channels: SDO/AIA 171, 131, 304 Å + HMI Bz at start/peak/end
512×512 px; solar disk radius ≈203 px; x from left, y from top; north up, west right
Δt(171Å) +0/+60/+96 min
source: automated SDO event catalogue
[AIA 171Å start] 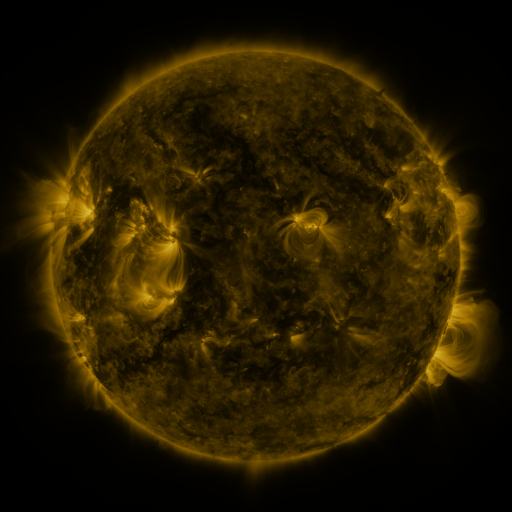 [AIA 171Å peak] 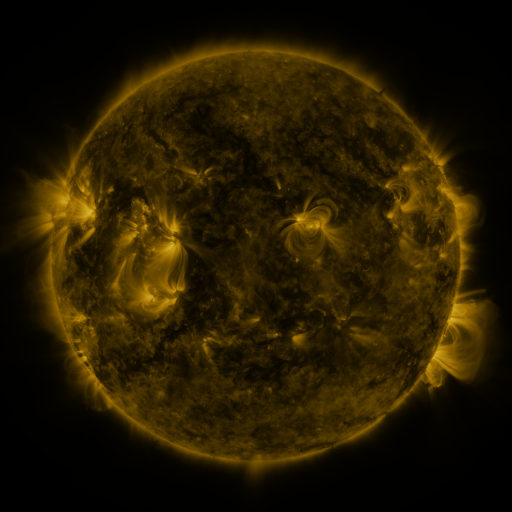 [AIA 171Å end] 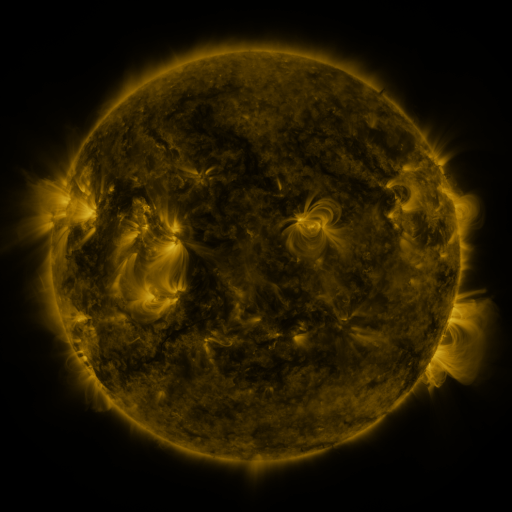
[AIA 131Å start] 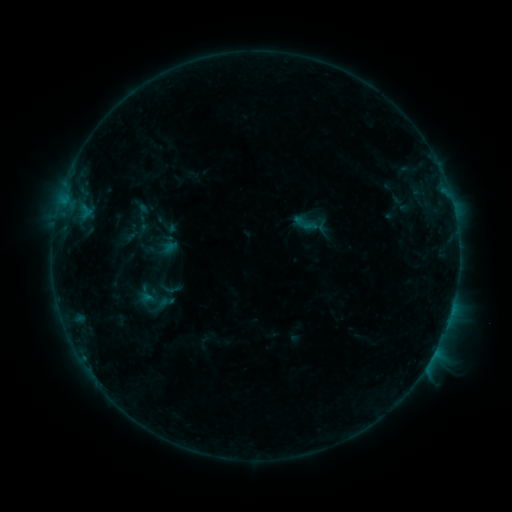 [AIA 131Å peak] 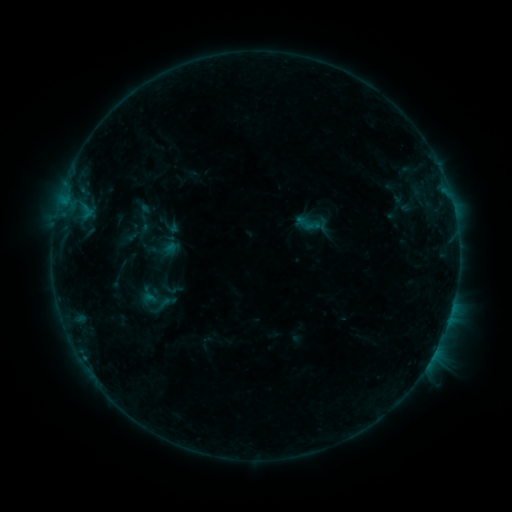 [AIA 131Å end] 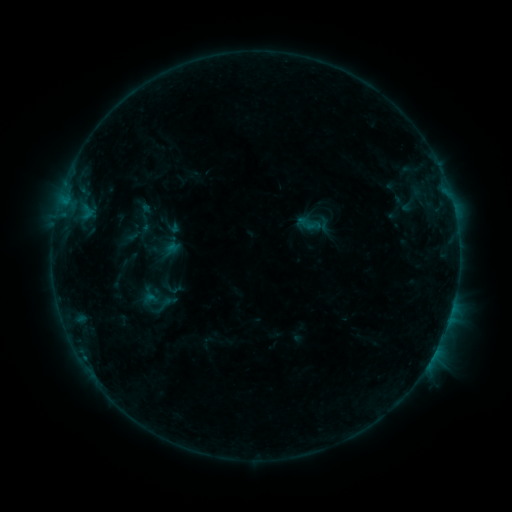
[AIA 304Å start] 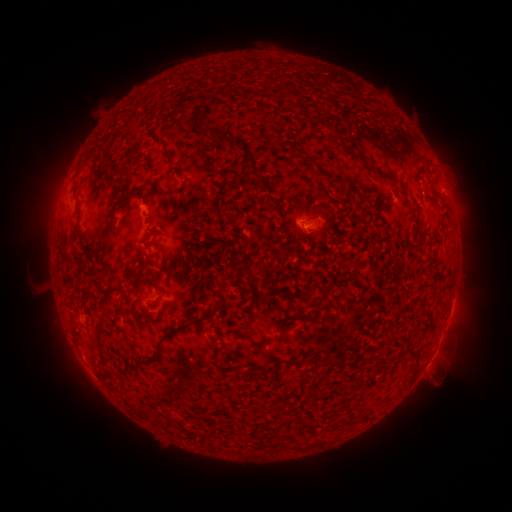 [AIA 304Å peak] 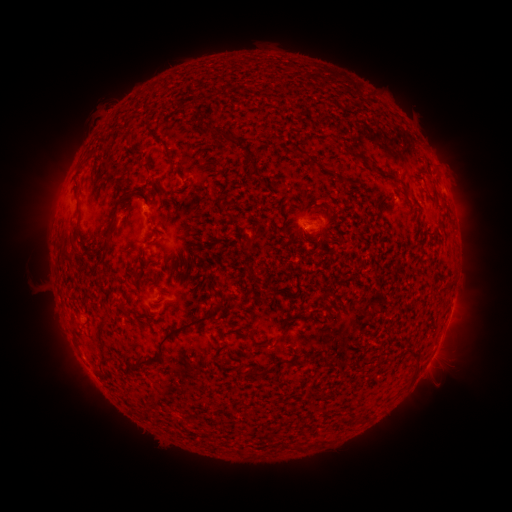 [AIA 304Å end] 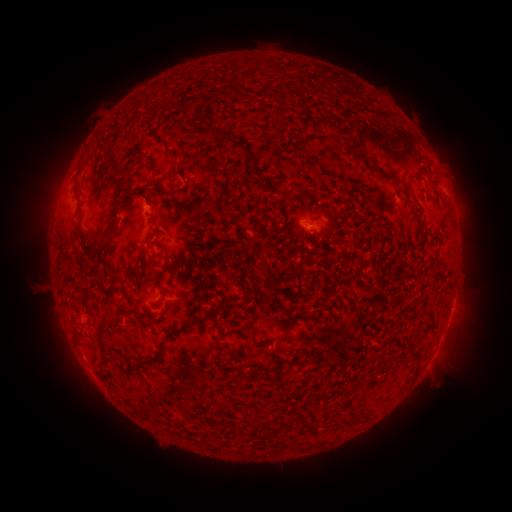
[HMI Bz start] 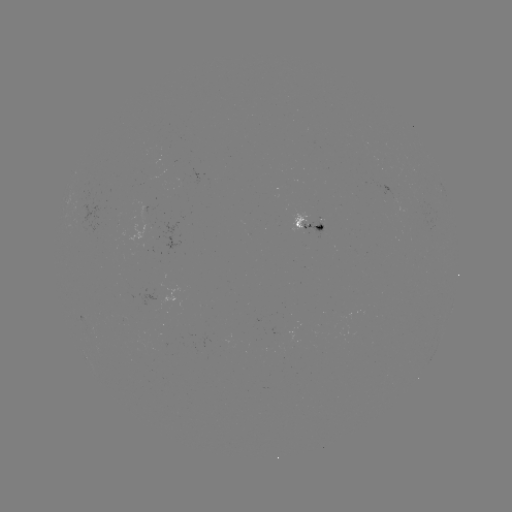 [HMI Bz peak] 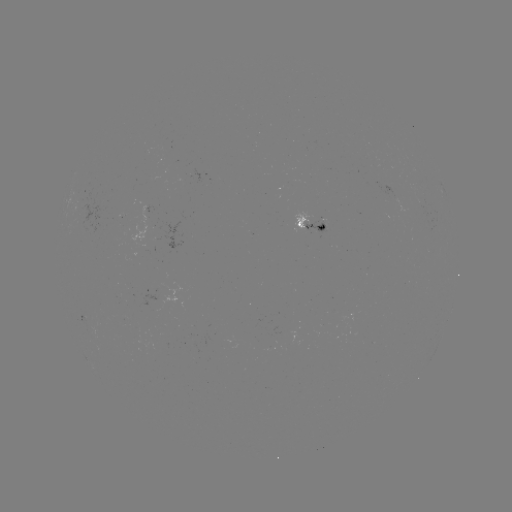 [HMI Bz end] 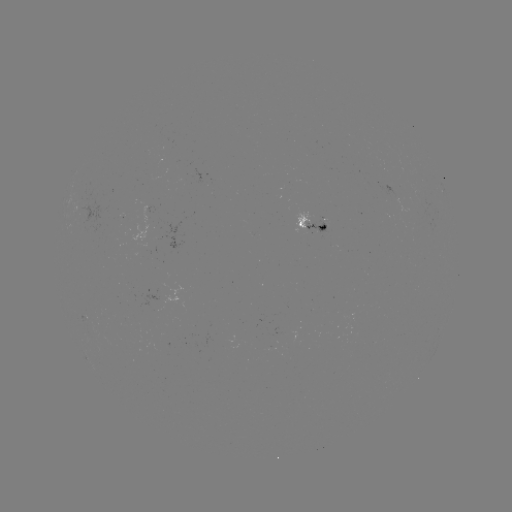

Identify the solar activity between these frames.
emerging-flux region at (164, 293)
